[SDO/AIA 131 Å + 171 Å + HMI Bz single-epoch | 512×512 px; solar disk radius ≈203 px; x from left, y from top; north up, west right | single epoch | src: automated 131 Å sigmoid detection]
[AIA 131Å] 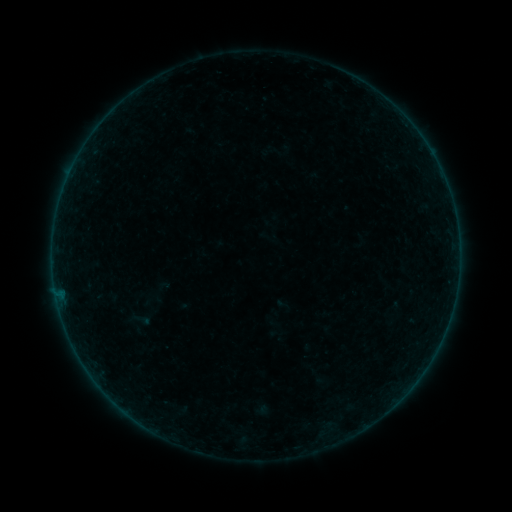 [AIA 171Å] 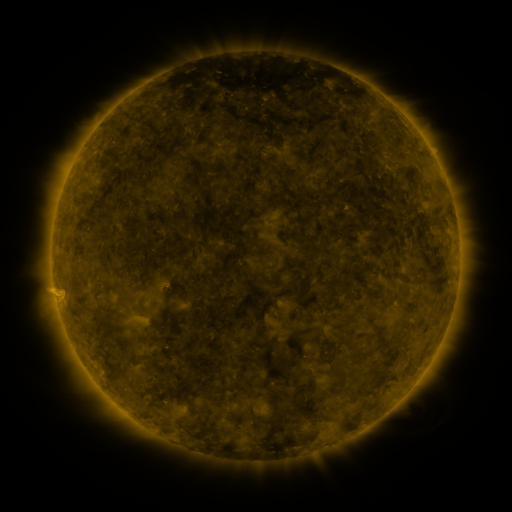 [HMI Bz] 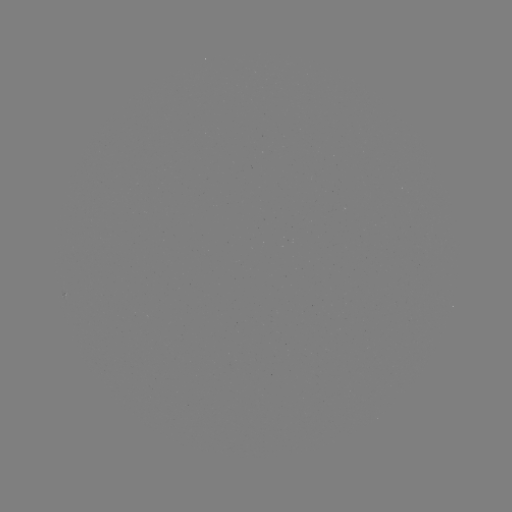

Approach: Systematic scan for sigmoid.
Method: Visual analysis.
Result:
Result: sigmoid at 142,320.